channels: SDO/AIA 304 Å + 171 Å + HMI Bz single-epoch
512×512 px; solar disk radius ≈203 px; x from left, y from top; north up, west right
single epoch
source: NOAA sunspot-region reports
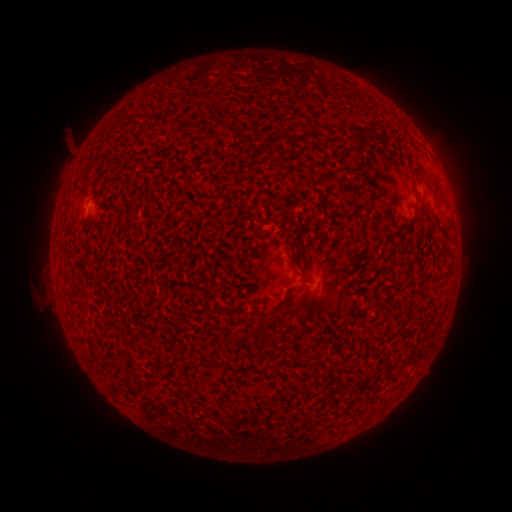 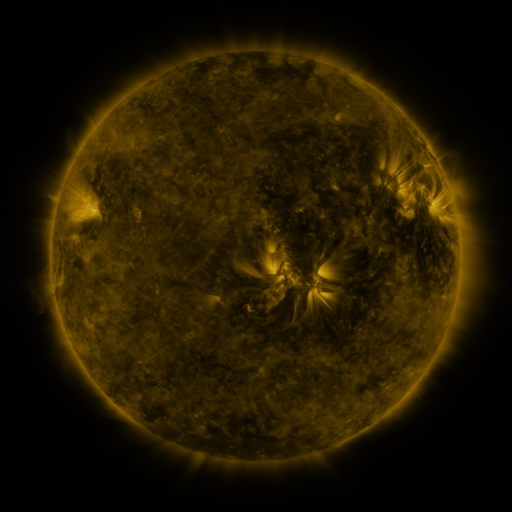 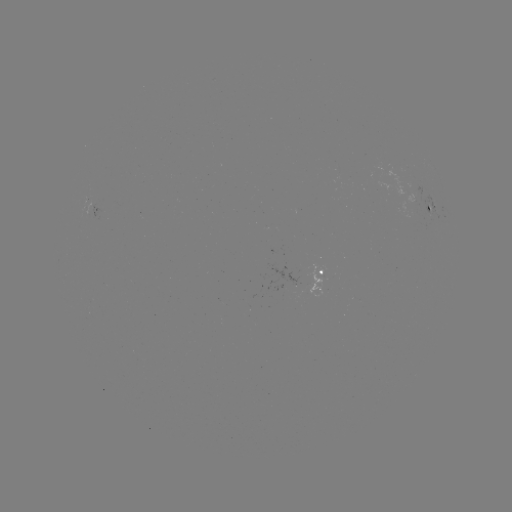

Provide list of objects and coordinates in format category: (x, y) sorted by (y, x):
spotted active region: (433, 206)
spotted active region: (97, 211)
spotted active region: (324, 273)
